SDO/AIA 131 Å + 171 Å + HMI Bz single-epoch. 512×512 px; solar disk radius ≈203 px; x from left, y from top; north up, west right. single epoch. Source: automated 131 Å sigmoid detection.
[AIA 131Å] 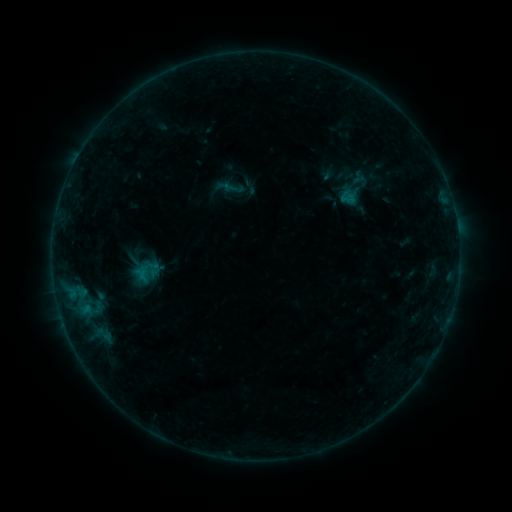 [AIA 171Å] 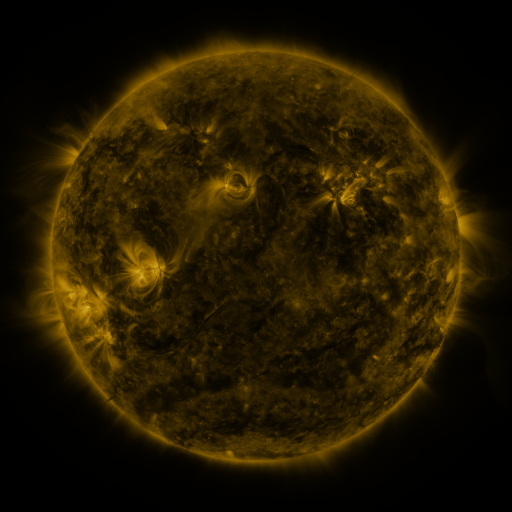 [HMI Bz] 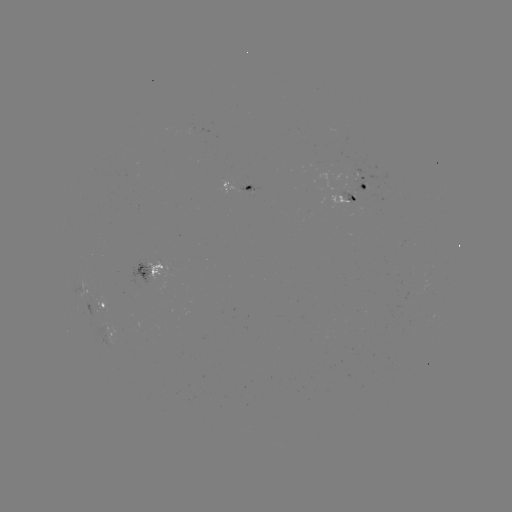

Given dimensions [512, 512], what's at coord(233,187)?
sigmoid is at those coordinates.